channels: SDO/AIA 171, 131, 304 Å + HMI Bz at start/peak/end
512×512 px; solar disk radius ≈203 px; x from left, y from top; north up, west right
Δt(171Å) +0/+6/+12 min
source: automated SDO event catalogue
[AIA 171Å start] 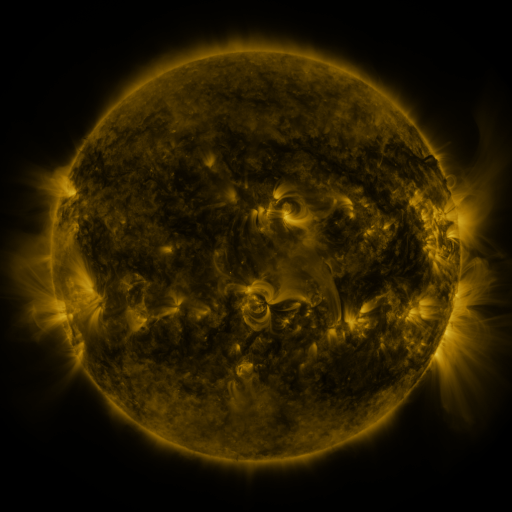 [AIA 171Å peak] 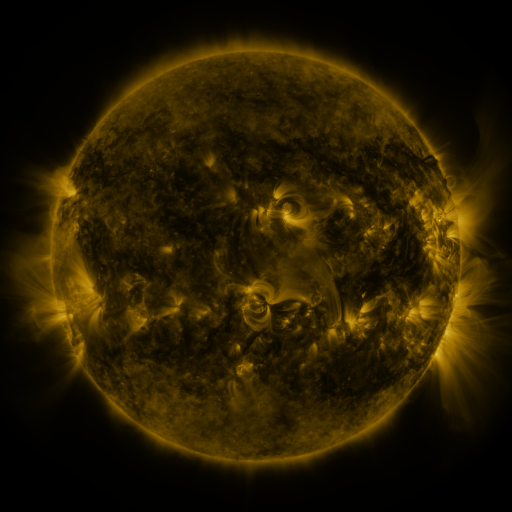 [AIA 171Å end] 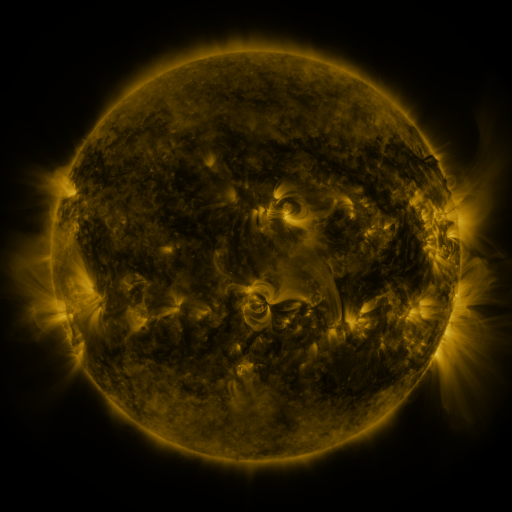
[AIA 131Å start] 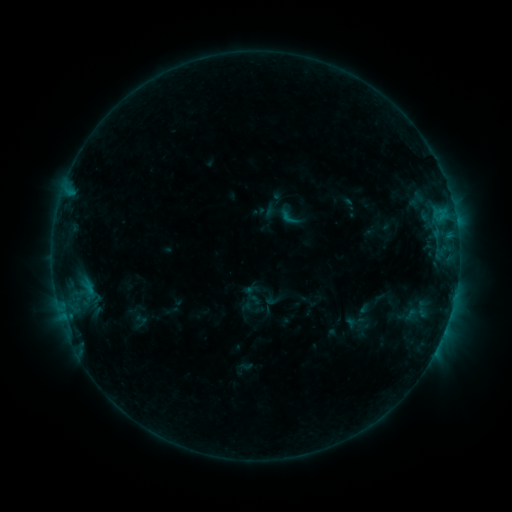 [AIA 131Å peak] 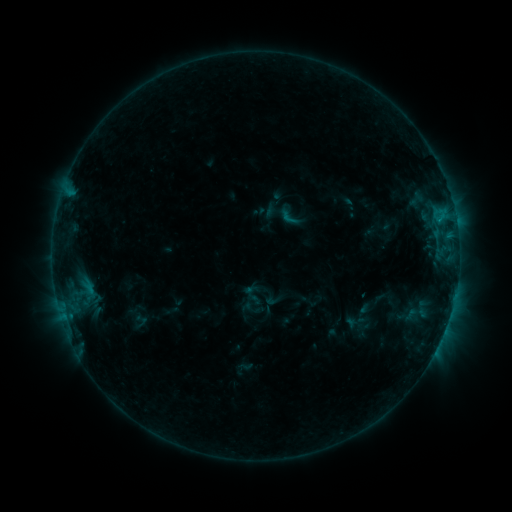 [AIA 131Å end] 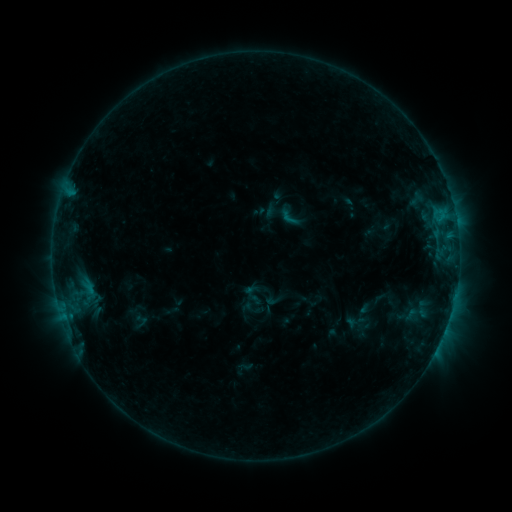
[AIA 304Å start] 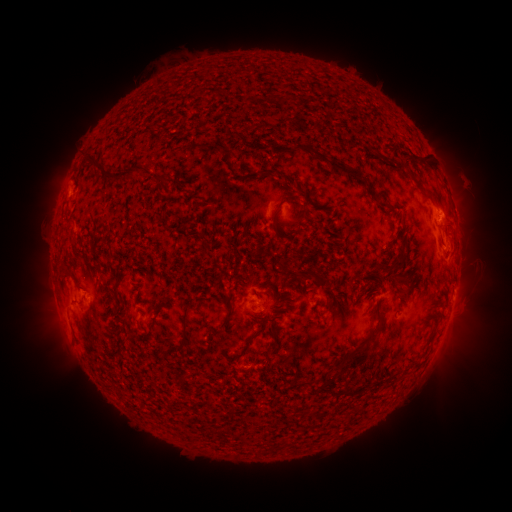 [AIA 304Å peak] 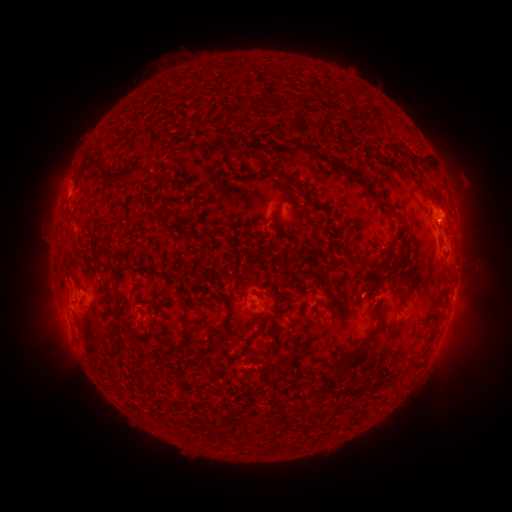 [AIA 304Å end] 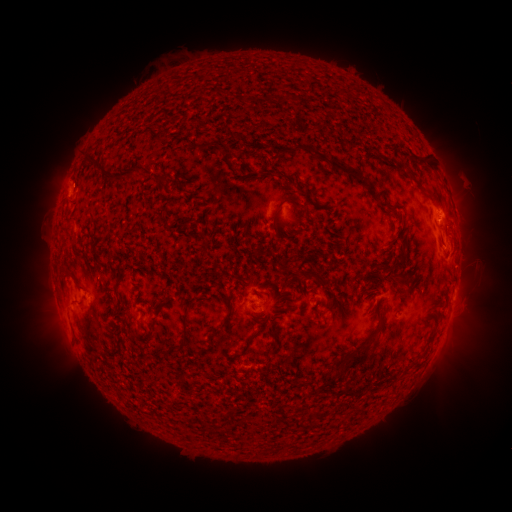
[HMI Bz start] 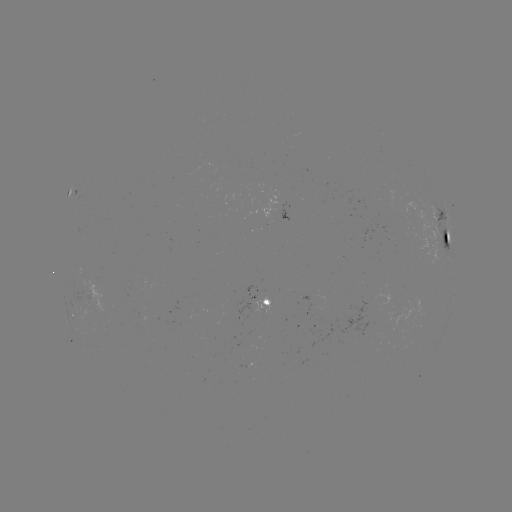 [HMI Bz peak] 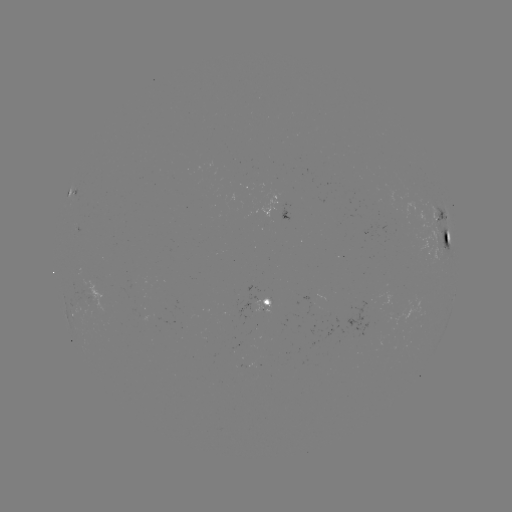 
no flare in any classed list; no EUV-trigger detection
